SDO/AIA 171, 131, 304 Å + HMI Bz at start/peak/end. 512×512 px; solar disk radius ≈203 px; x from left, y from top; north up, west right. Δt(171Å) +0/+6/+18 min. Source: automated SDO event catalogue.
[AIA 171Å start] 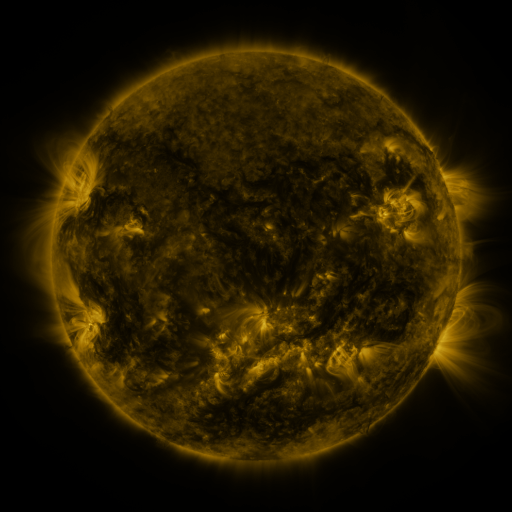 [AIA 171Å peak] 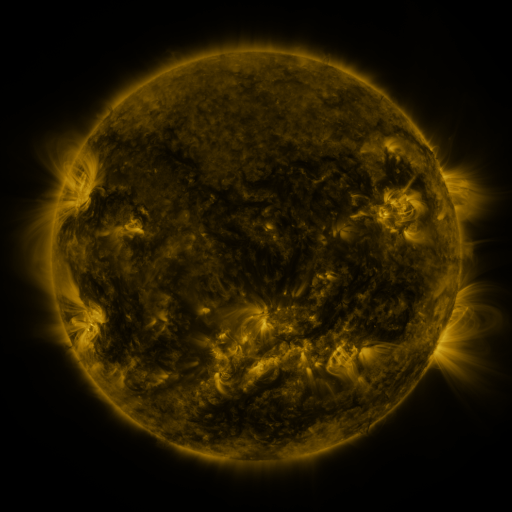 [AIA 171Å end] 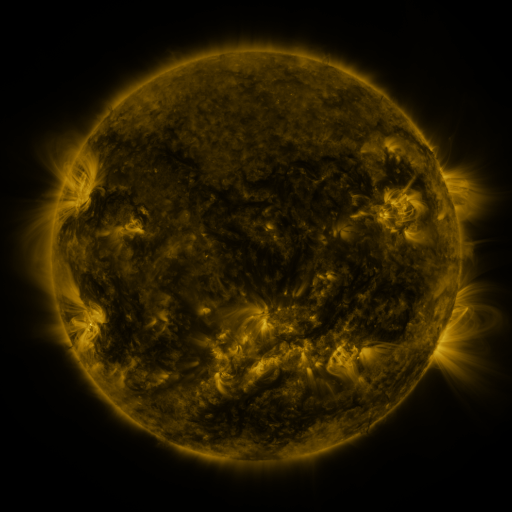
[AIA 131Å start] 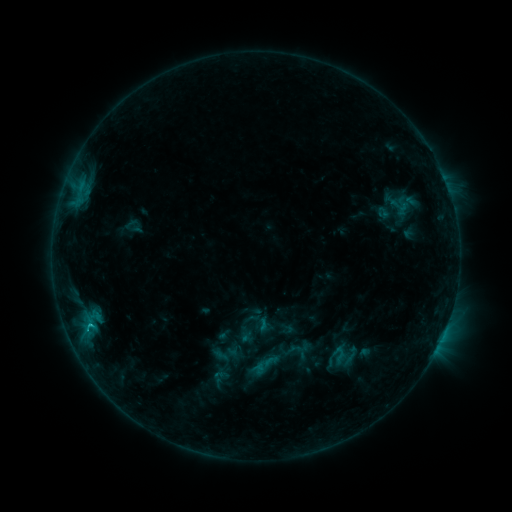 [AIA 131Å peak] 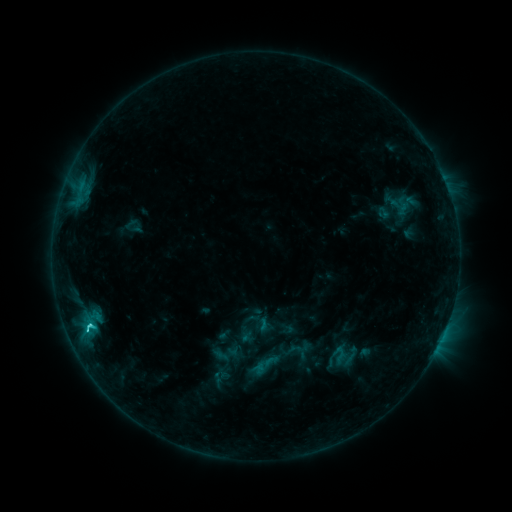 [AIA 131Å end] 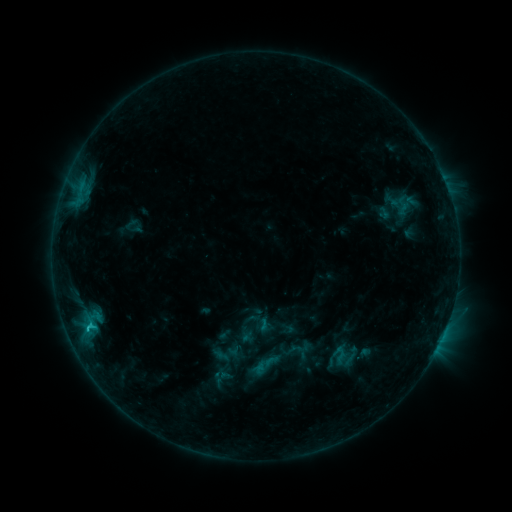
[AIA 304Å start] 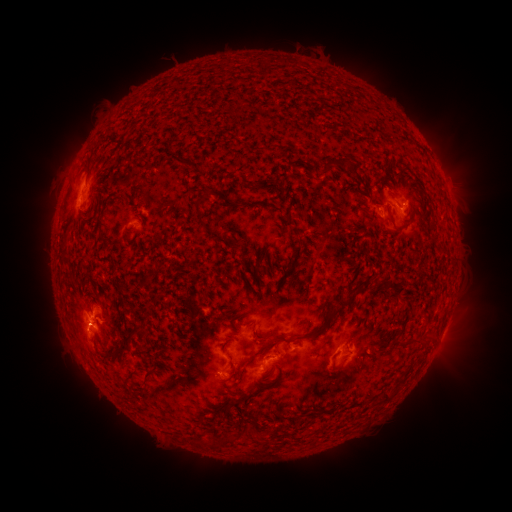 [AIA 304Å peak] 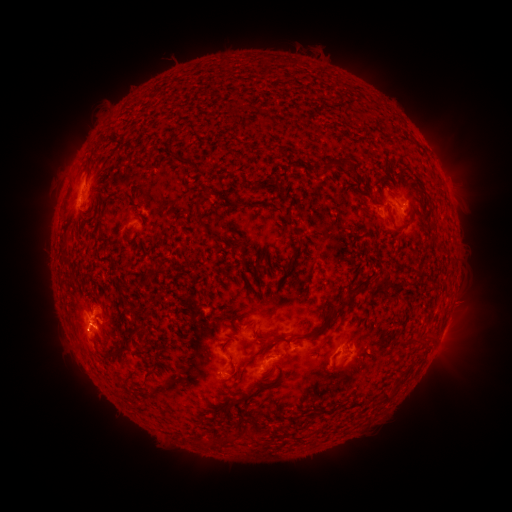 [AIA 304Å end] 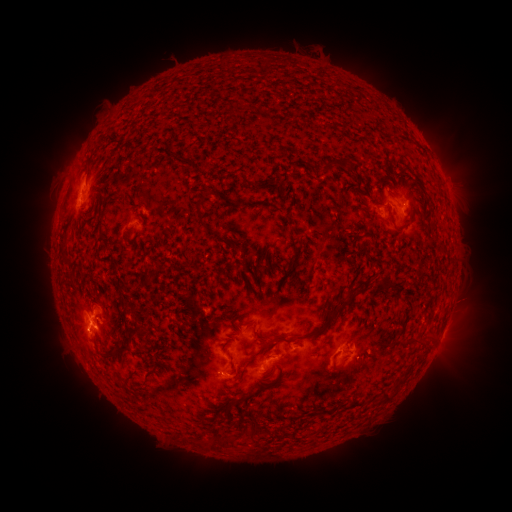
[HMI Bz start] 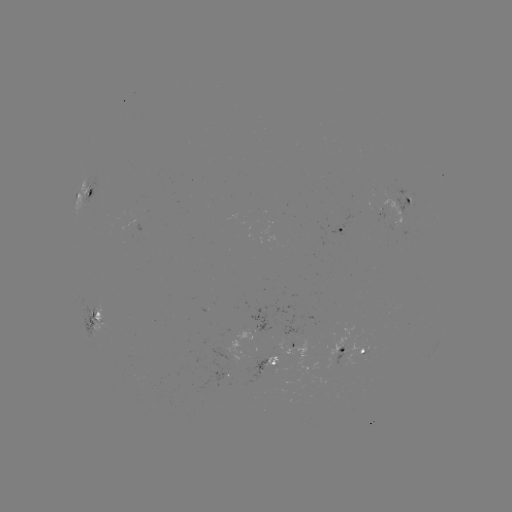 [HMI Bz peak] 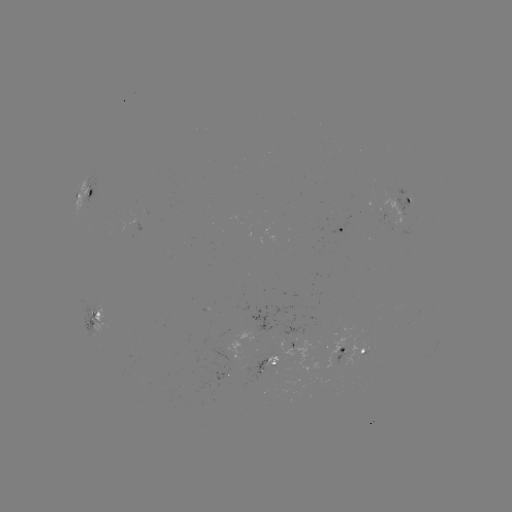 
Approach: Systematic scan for C1.9 flare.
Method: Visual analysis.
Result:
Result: C1.9 flare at [90, 326].